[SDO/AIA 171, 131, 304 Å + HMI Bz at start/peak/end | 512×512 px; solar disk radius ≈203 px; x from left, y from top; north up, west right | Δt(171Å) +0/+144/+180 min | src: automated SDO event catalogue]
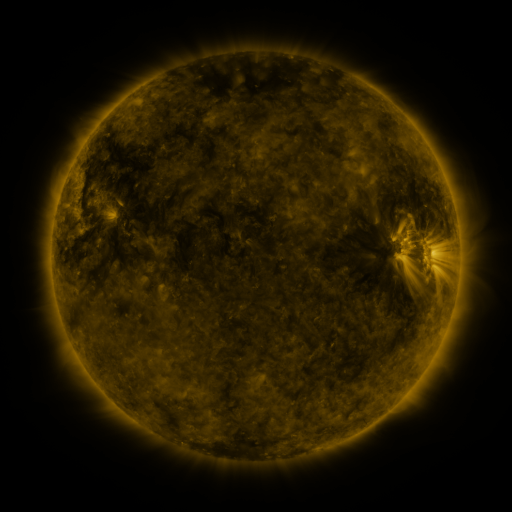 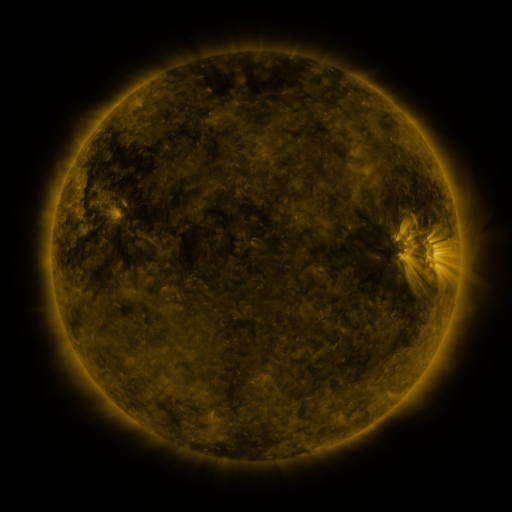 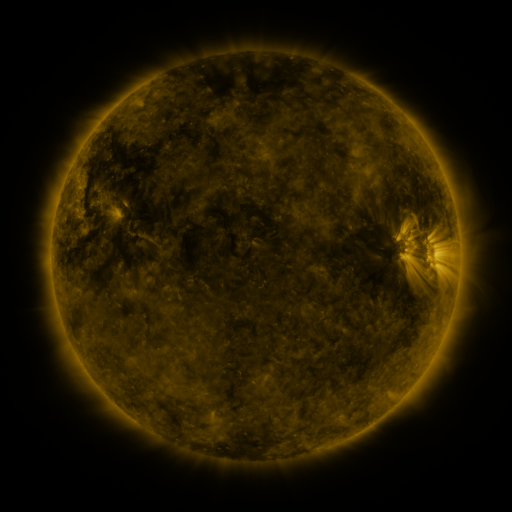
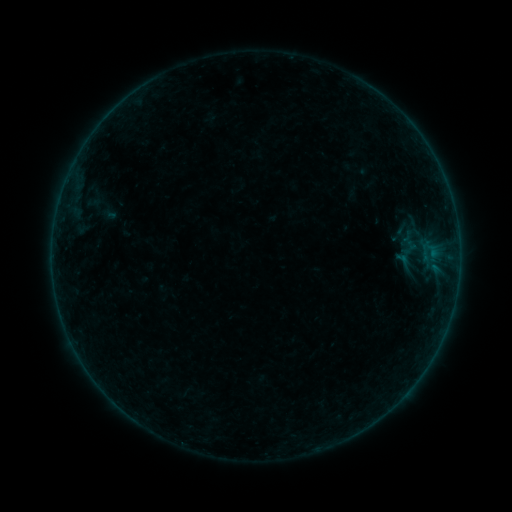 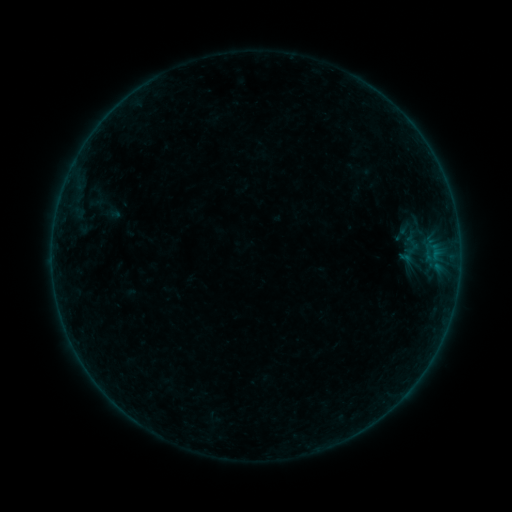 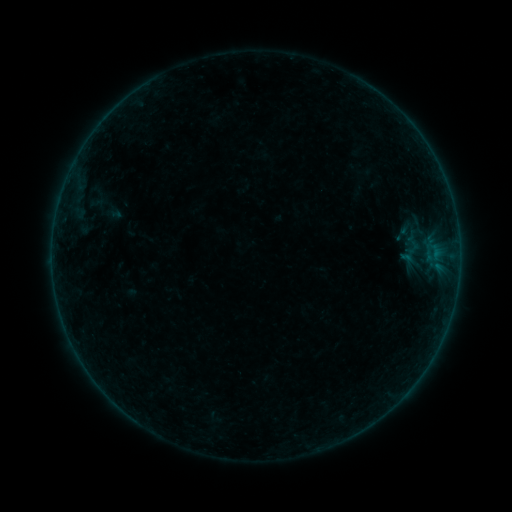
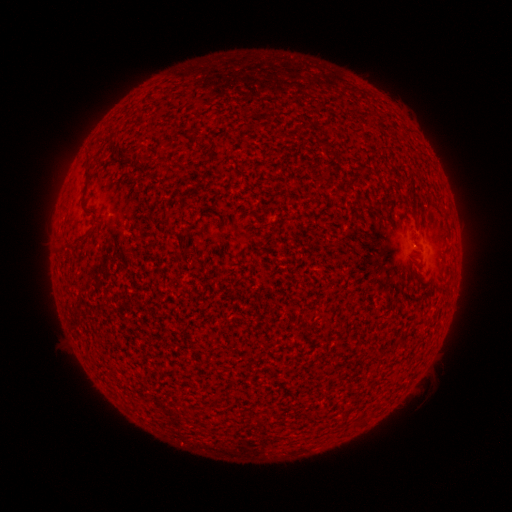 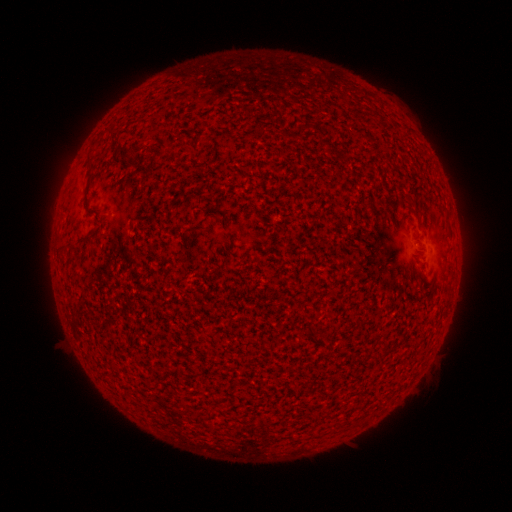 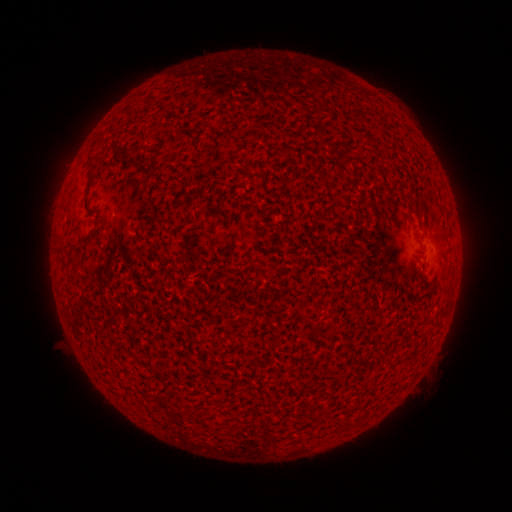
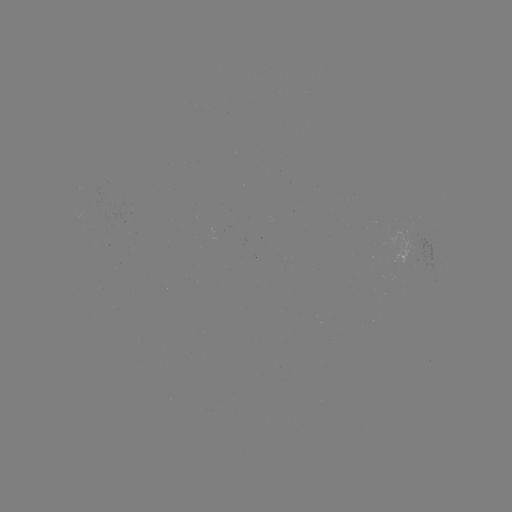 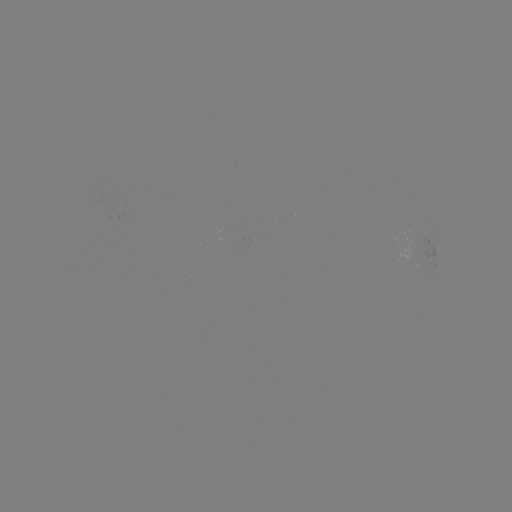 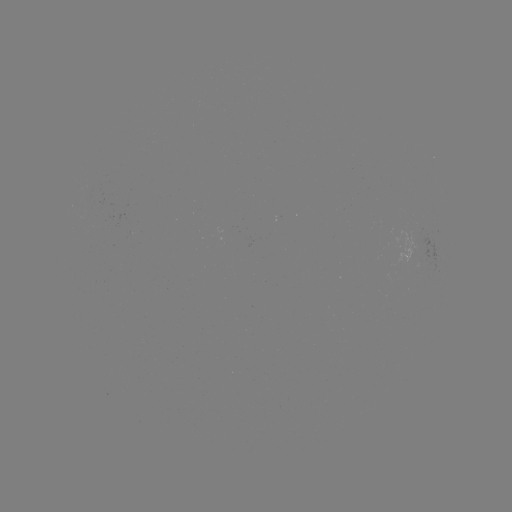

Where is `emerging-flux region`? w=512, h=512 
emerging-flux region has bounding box [389, 225, 420, 262].